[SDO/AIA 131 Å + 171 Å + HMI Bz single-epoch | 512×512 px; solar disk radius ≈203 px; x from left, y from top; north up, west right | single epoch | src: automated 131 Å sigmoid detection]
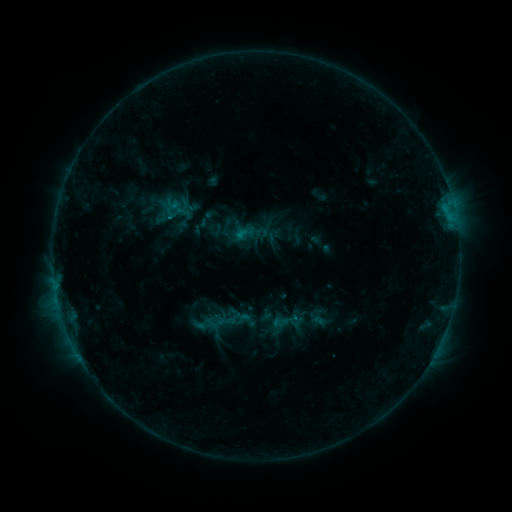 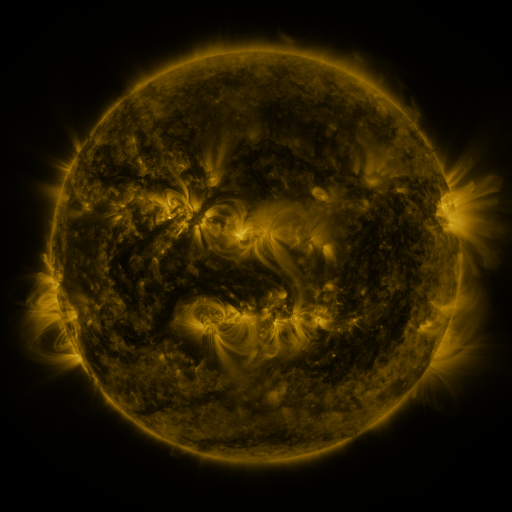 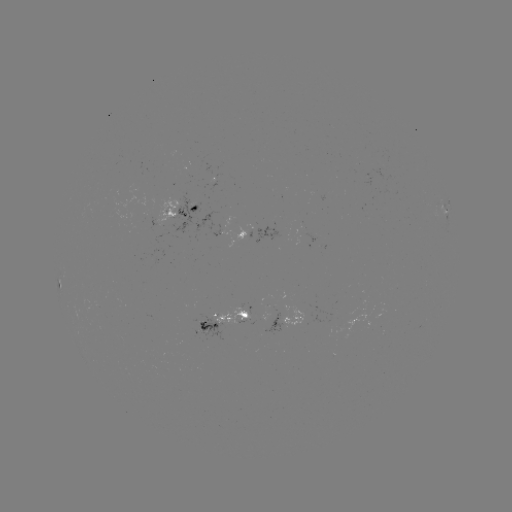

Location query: sigmoid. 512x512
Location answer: [288, 322].